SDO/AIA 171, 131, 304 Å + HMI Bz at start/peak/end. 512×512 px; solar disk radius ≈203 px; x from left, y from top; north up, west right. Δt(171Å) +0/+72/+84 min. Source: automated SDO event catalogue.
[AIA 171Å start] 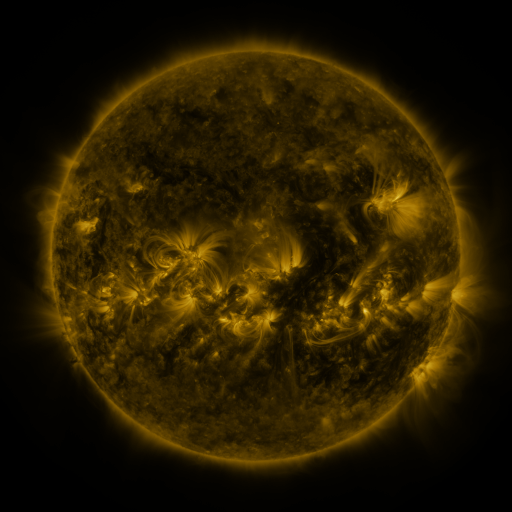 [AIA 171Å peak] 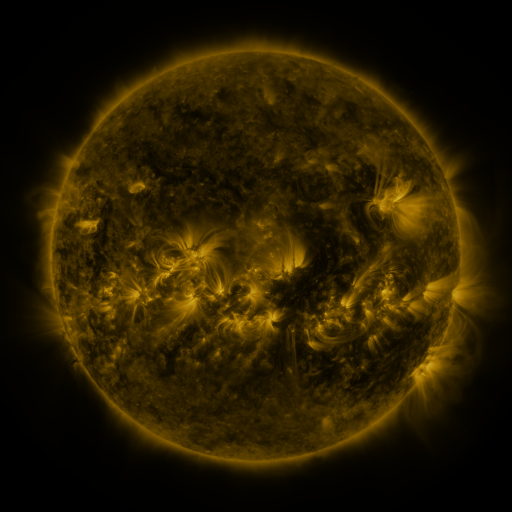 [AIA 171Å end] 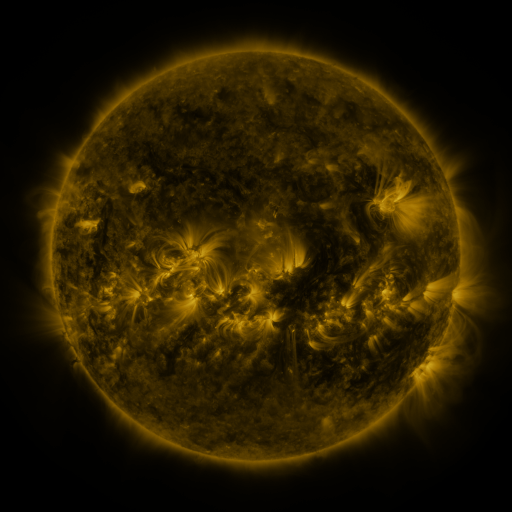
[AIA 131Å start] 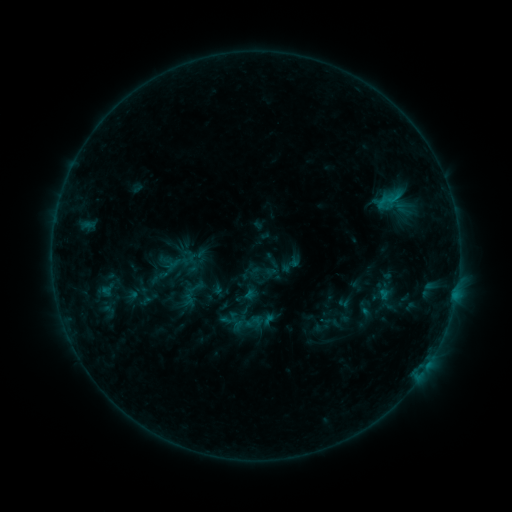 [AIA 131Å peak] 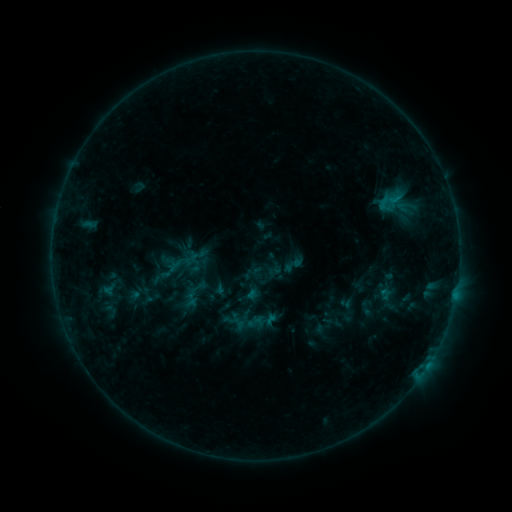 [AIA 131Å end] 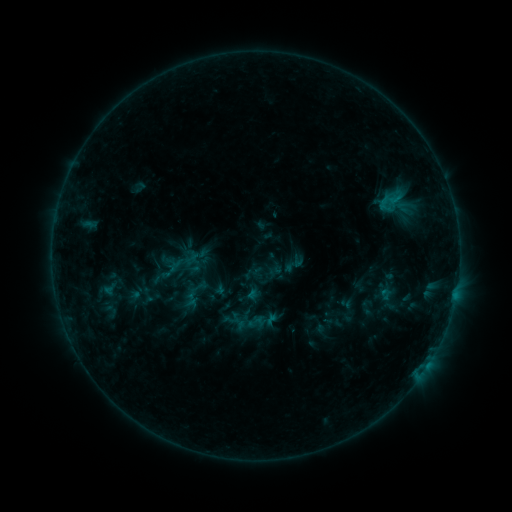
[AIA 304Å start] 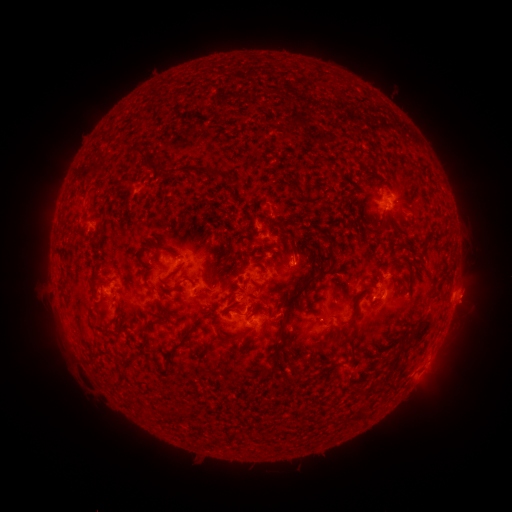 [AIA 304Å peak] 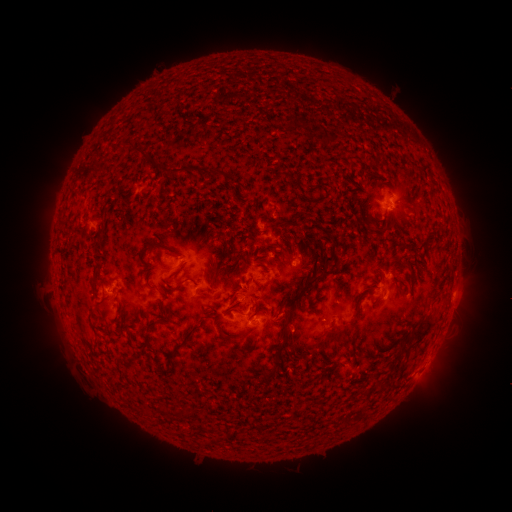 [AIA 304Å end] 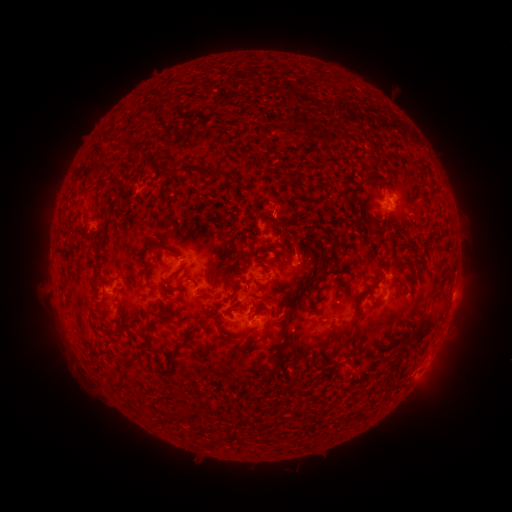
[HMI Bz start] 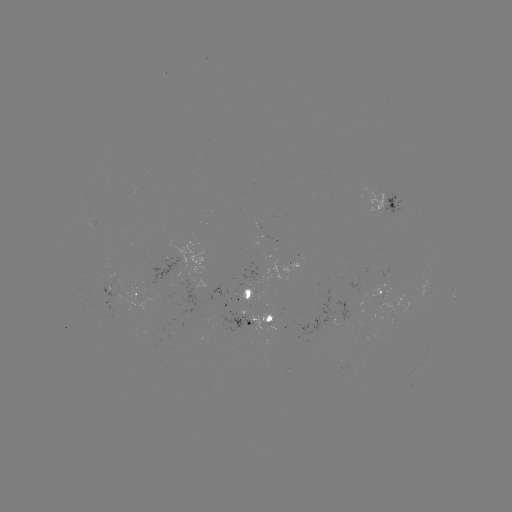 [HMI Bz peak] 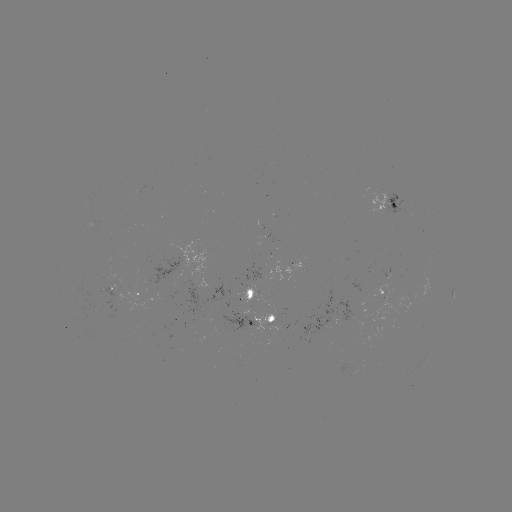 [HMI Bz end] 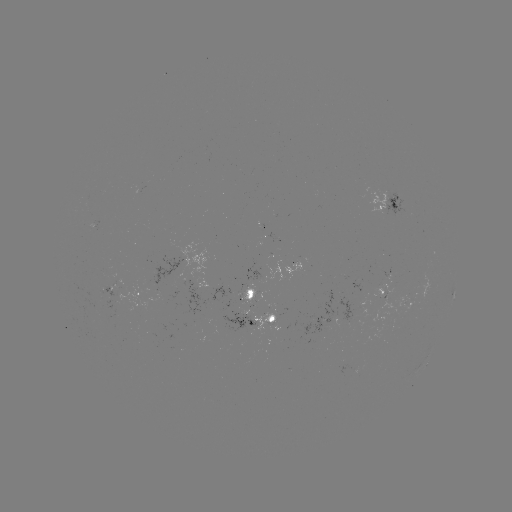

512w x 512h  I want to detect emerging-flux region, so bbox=[252, 315, 294, 333].